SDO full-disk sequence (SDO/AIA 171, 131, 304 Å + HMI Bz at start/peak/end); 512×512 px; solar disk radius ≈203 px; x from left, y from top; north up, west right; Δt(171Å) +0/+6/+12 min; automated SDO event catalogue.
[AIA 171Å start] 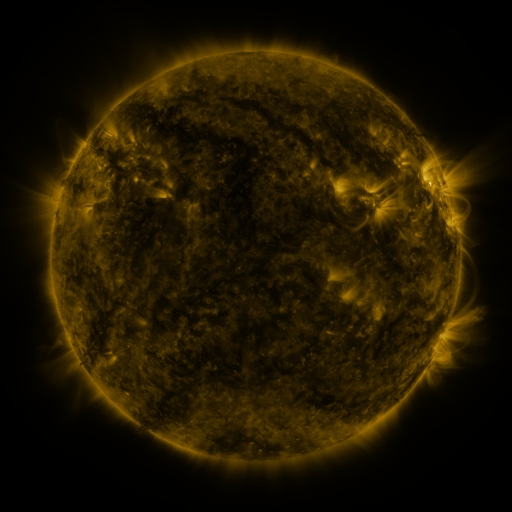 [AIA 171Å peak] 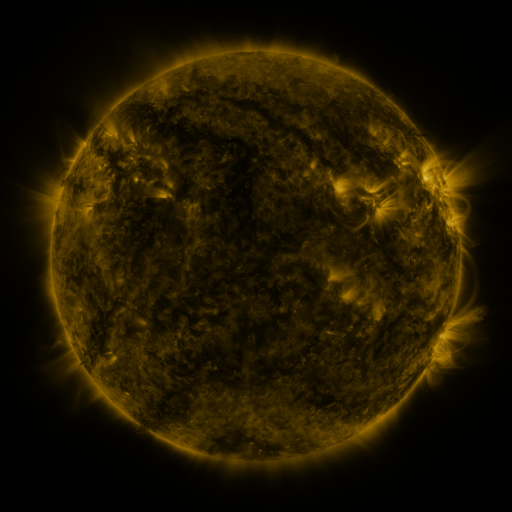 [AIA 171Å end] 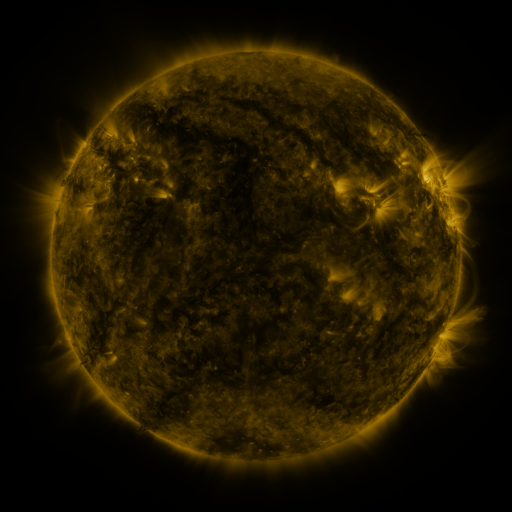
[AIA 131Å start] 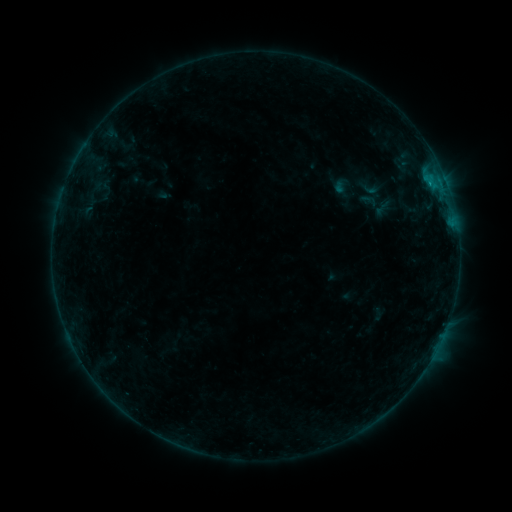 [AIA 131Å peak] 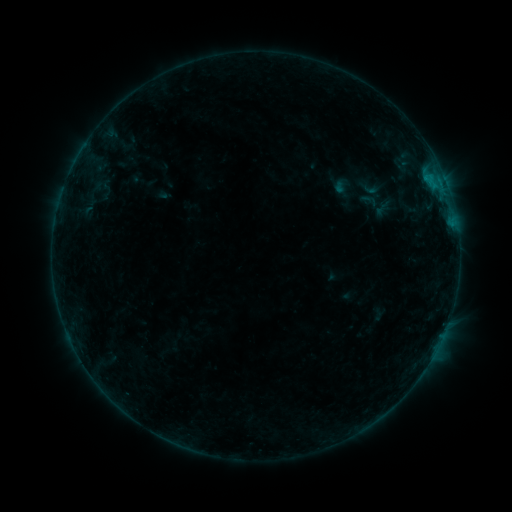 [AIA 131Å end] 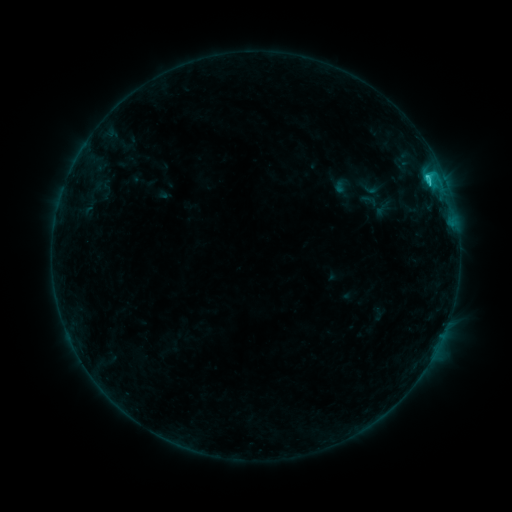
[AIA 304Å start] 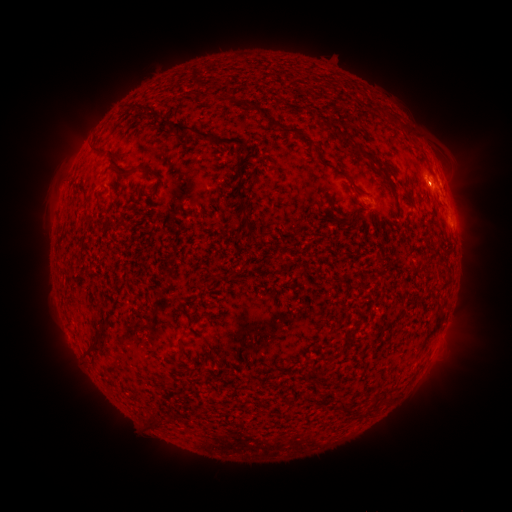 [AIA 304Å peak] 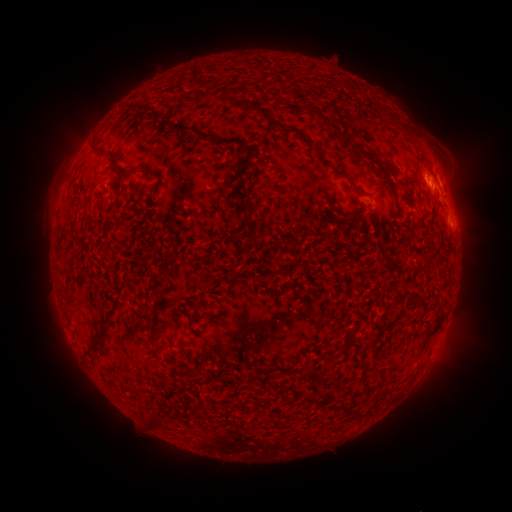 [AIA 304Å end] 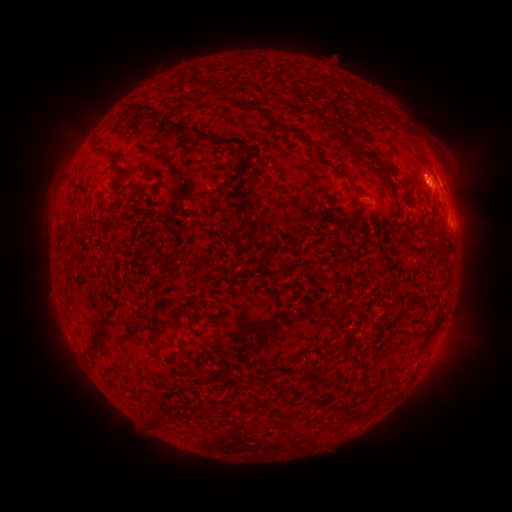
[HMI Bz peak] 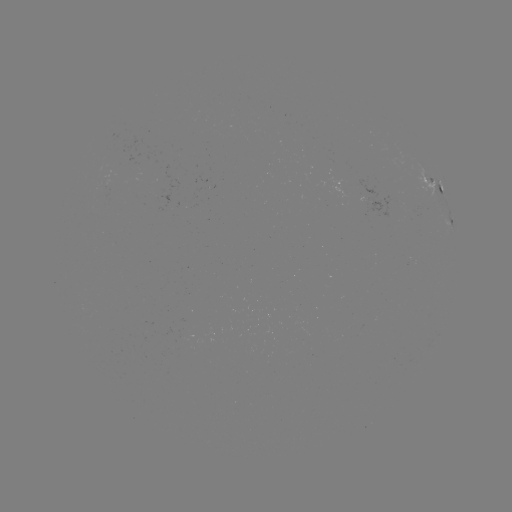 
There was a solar eruption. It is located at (427, 185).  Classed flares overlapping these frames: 1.